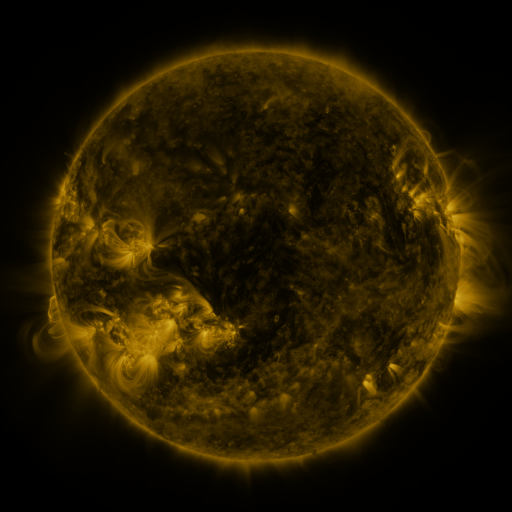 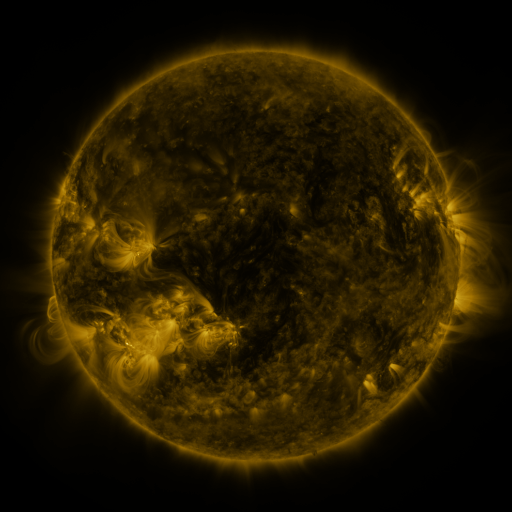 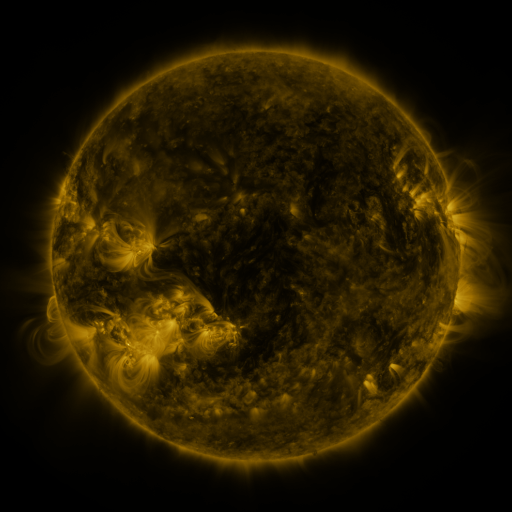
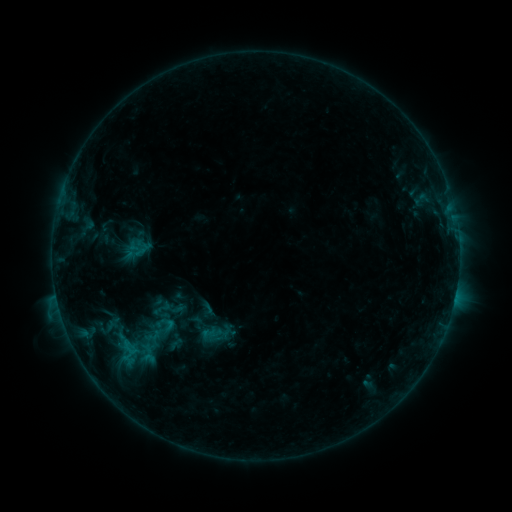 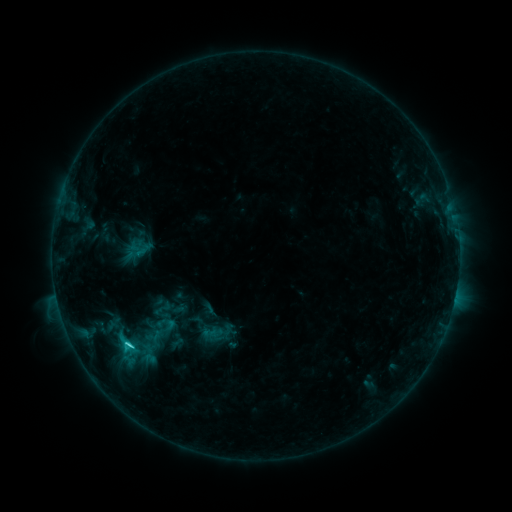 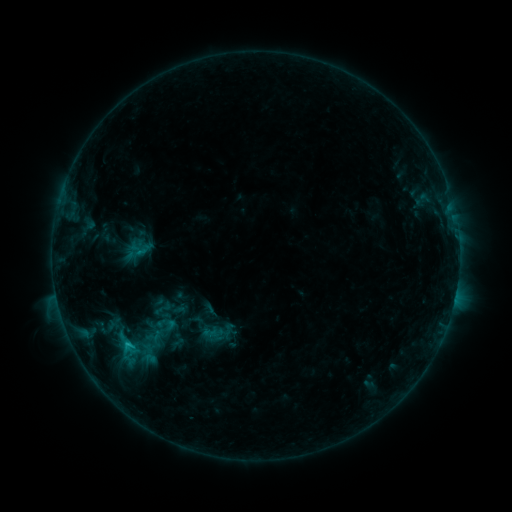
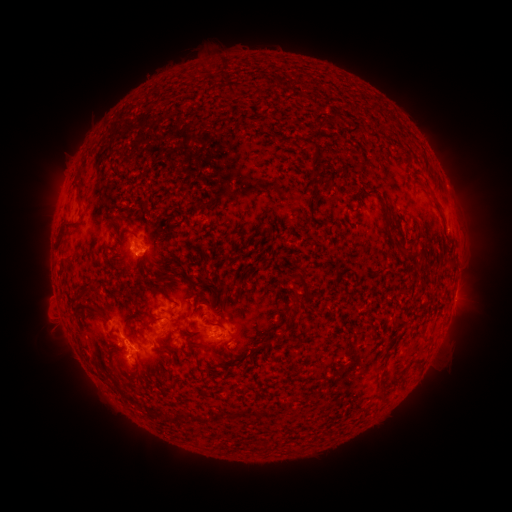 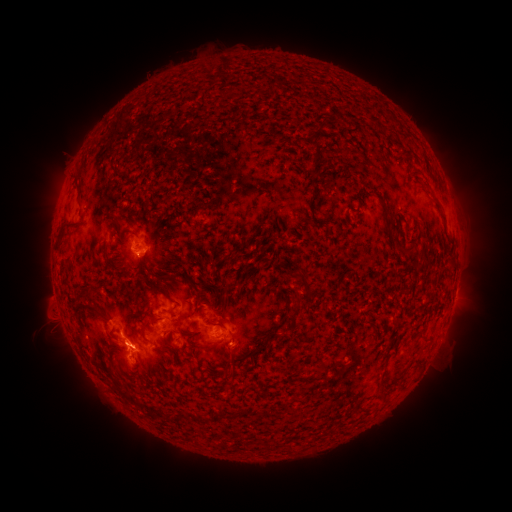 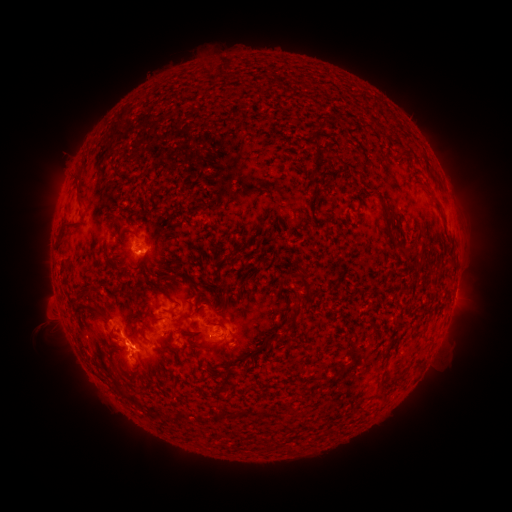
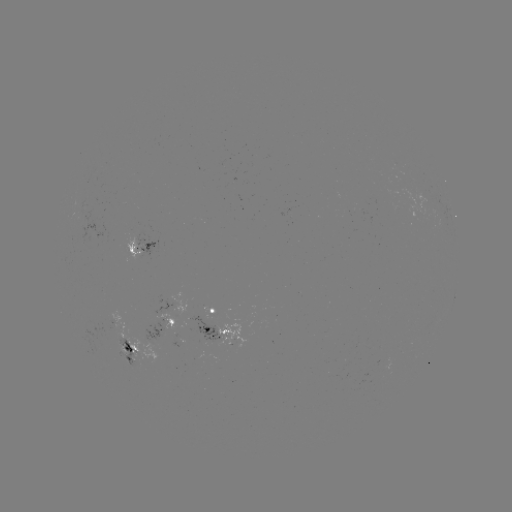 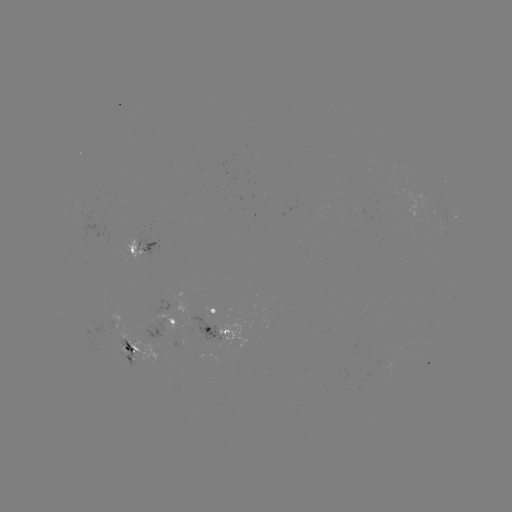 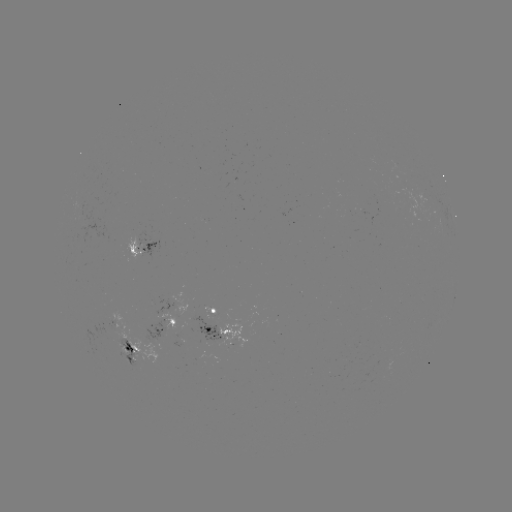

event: flare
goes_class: C2.2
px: (130, 345)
